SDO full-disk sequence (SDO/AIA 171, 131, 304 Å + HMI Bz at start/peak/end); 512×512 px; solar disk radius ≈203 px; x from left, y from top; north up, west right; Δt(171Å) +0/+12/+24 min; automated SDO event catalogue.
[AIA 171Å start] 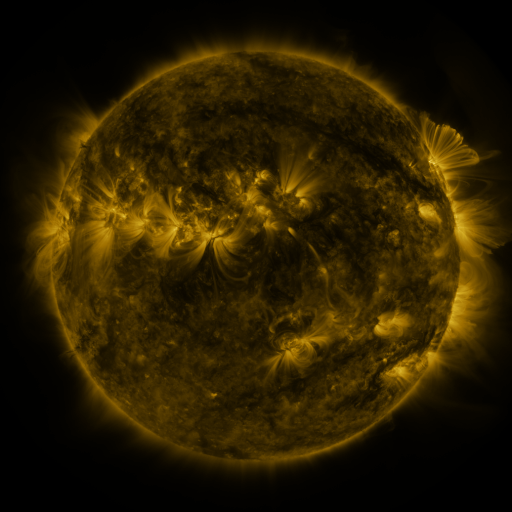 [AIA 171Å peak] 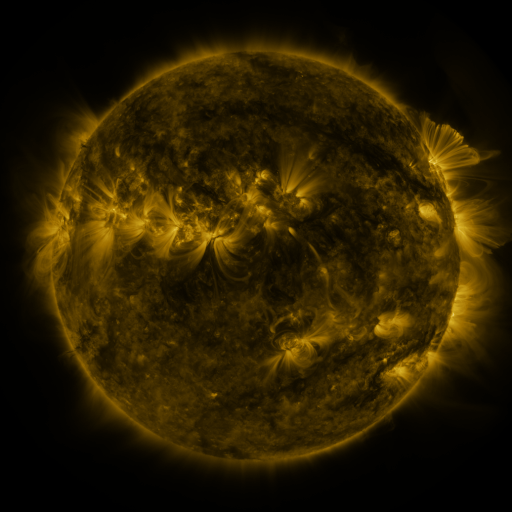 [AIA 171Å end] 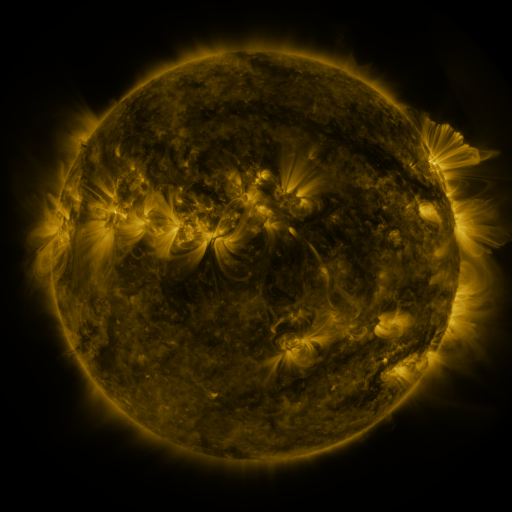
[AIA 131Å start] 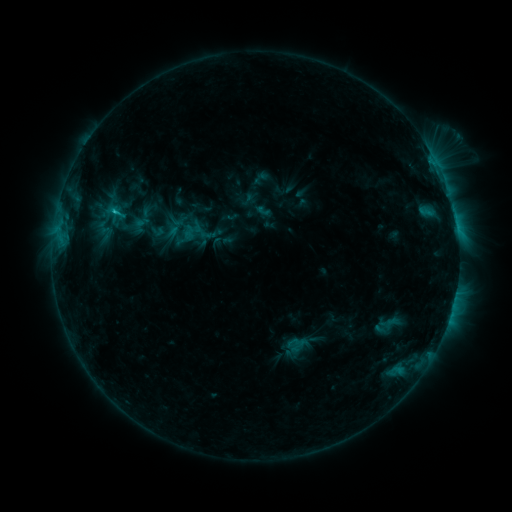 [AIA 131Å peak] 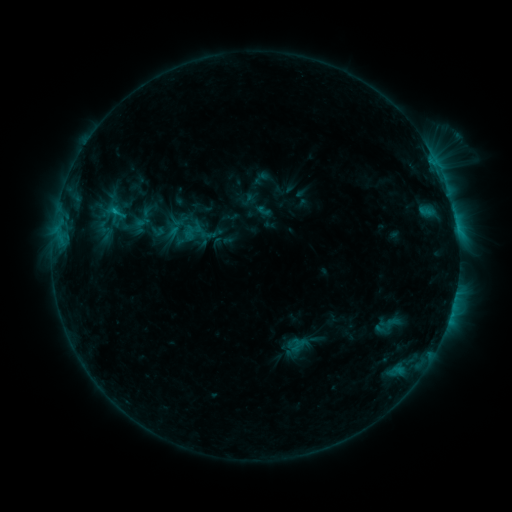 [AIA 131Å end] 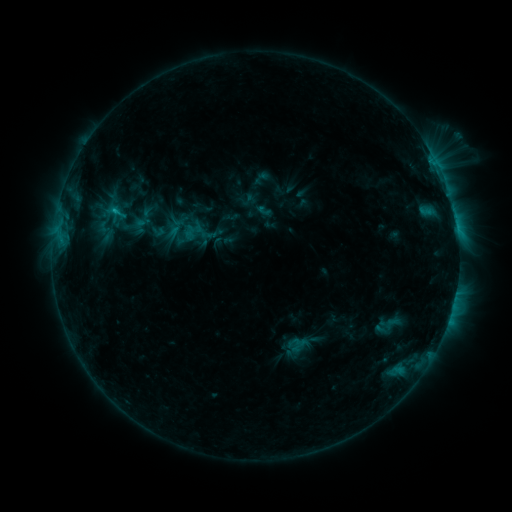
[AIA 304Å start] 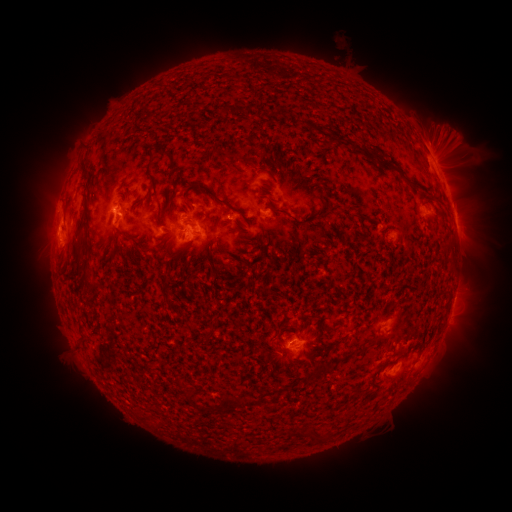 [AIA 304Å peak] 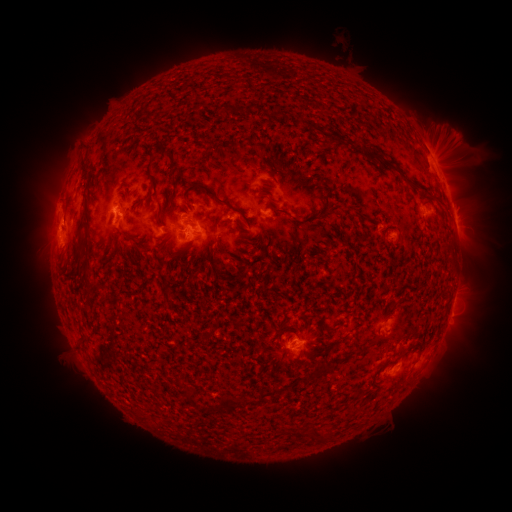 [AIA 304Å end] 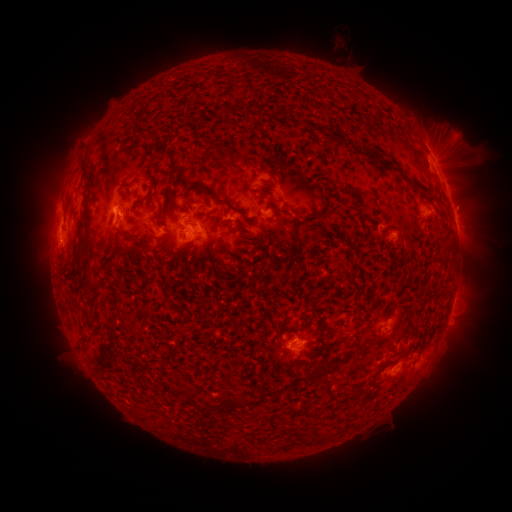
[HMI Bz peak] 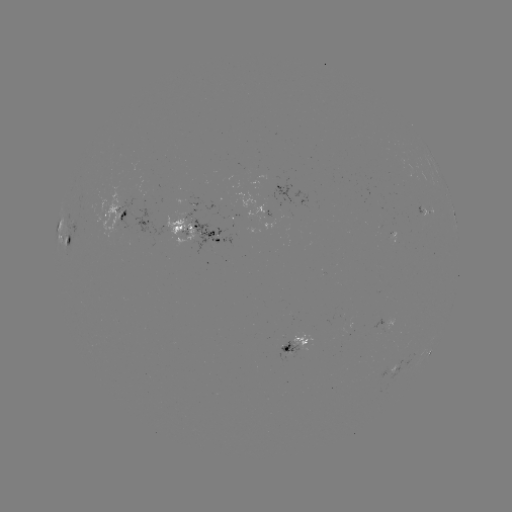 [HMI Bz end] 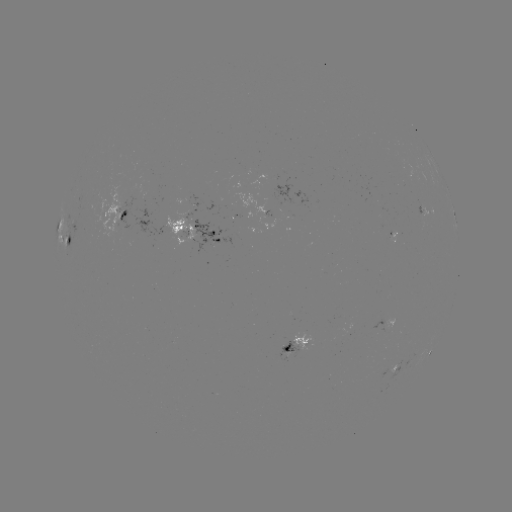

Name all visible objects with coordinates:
eruption: (449, 144)
